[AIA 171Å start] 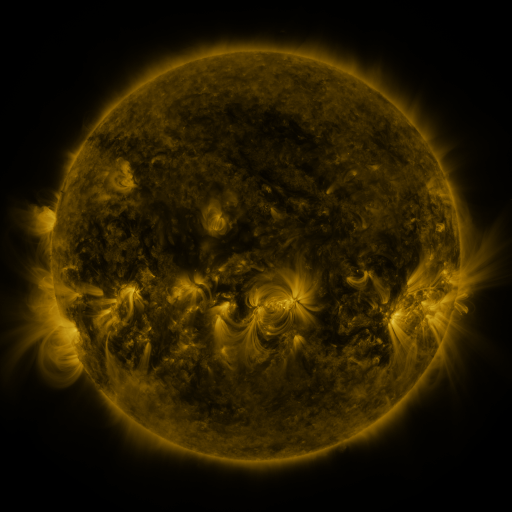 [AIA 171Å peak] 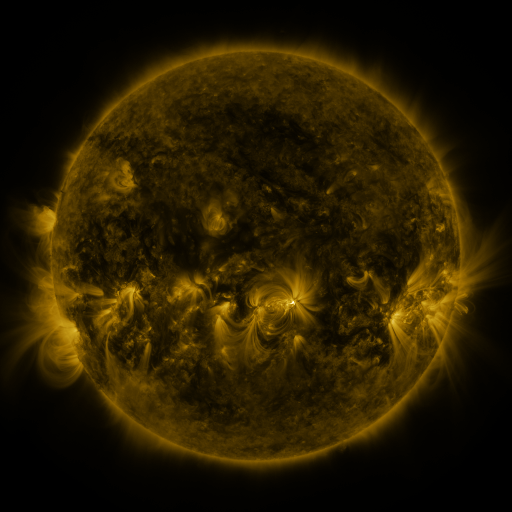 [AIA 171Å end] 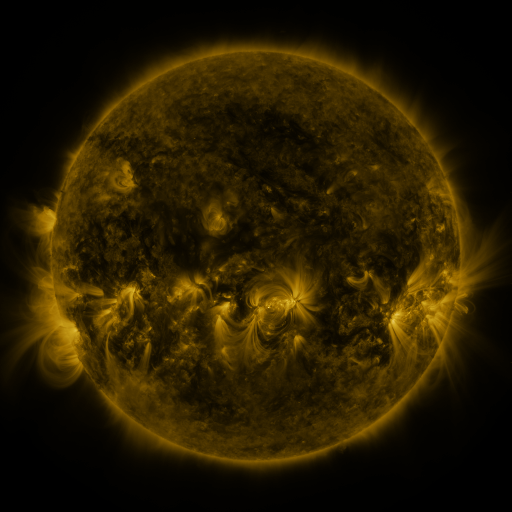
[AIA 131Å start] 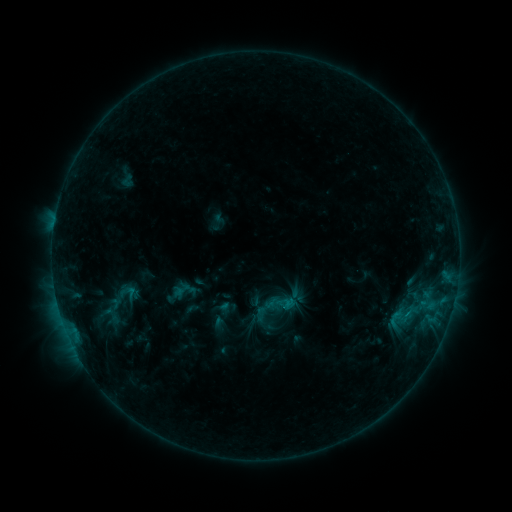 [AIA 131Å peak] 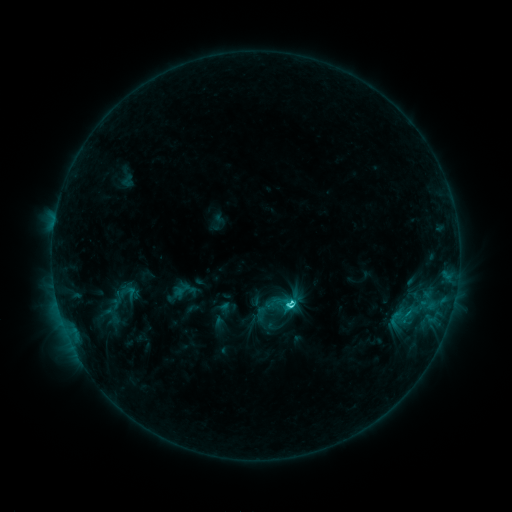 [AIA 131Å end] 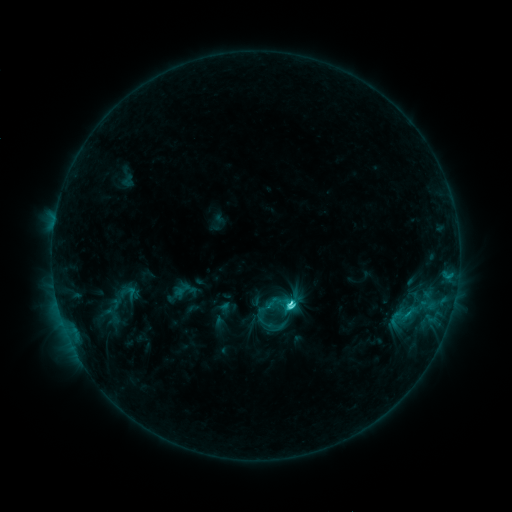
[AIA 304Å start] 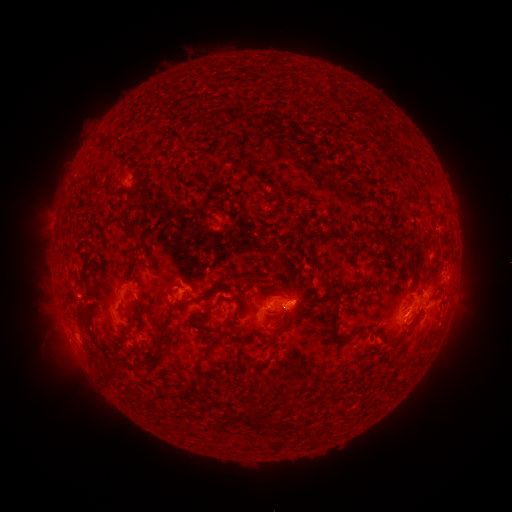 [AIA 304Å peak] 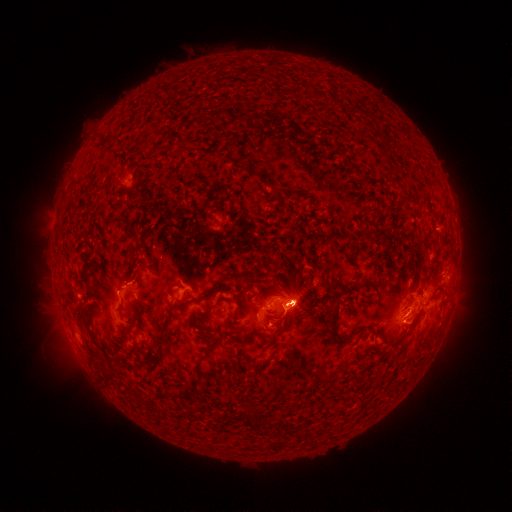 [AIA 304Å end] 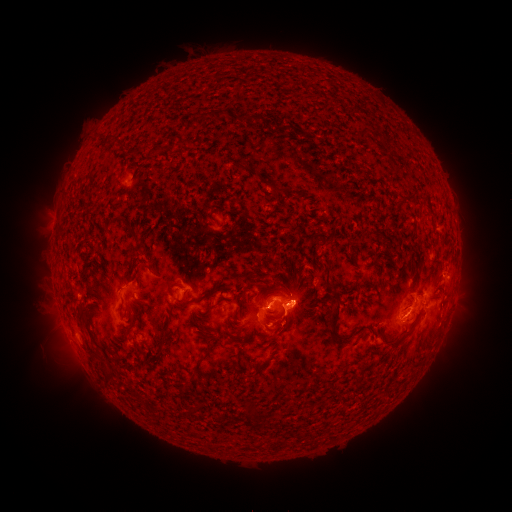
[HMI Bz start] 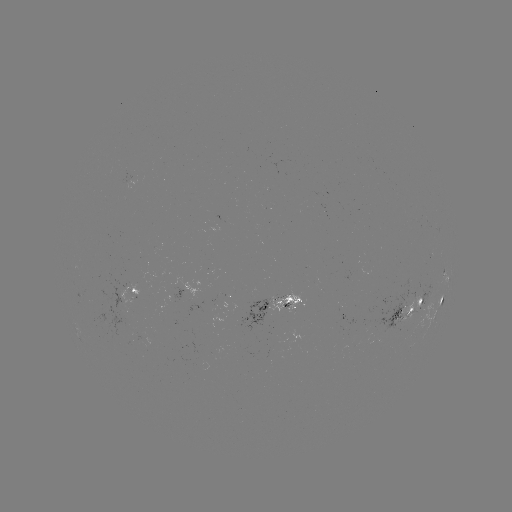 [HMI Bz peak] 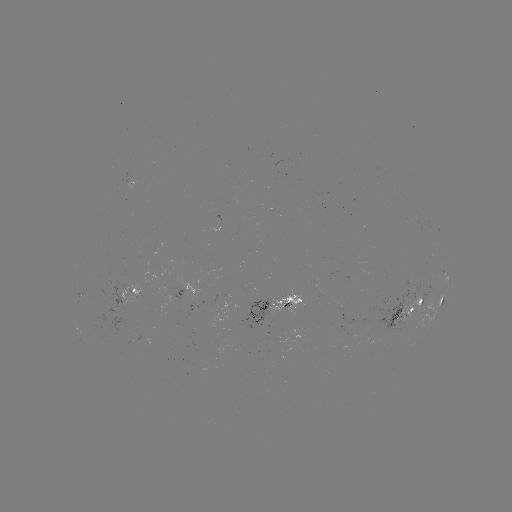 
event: eruption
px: (293, 305)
